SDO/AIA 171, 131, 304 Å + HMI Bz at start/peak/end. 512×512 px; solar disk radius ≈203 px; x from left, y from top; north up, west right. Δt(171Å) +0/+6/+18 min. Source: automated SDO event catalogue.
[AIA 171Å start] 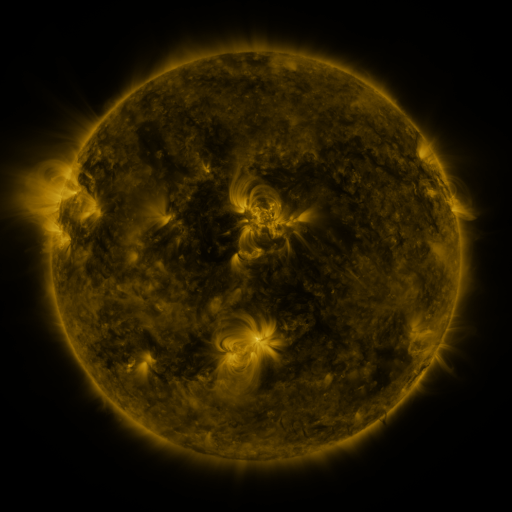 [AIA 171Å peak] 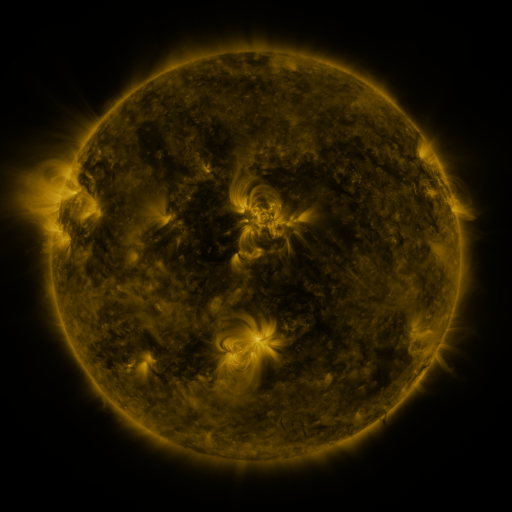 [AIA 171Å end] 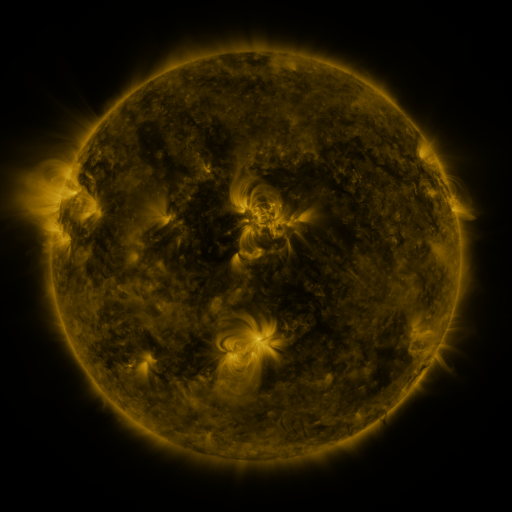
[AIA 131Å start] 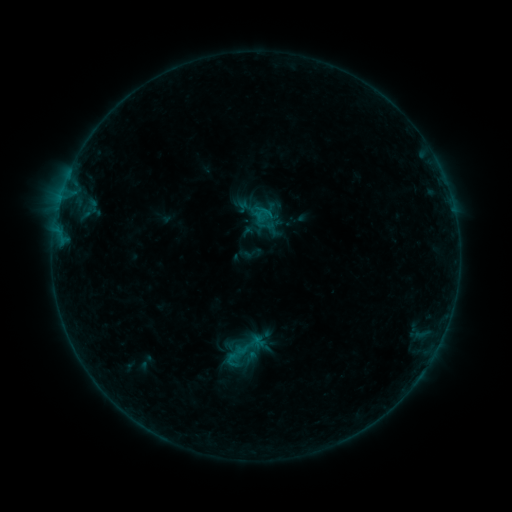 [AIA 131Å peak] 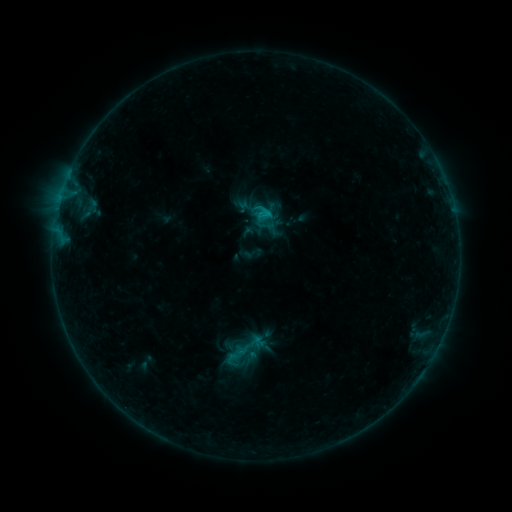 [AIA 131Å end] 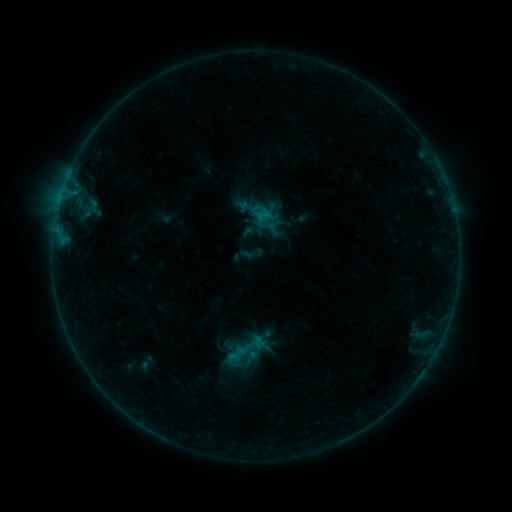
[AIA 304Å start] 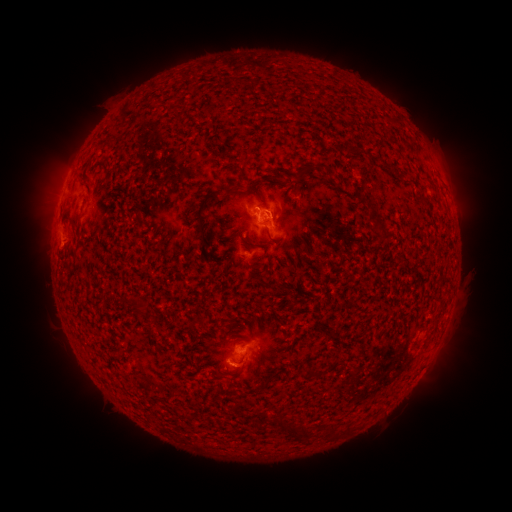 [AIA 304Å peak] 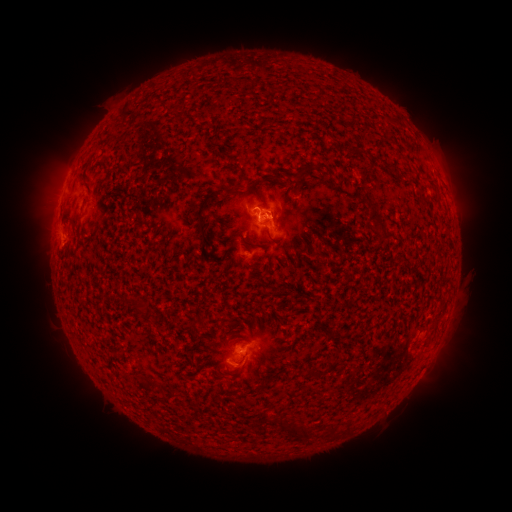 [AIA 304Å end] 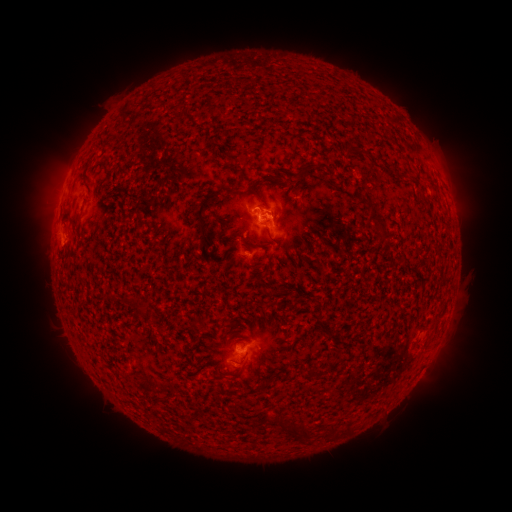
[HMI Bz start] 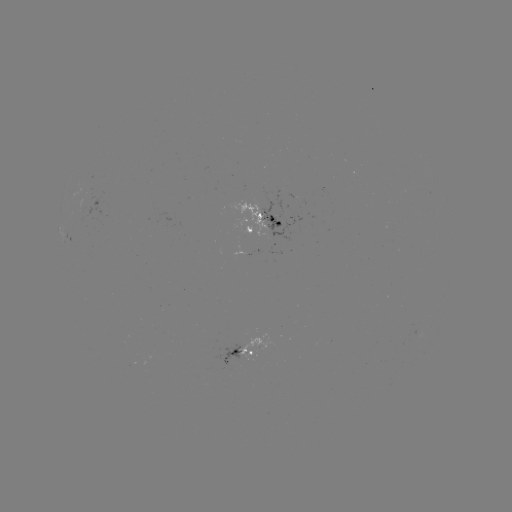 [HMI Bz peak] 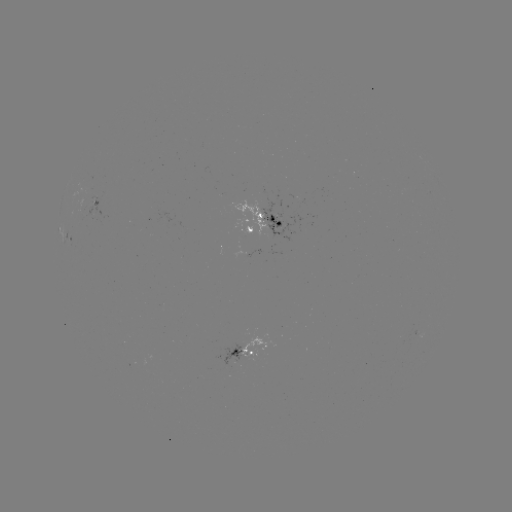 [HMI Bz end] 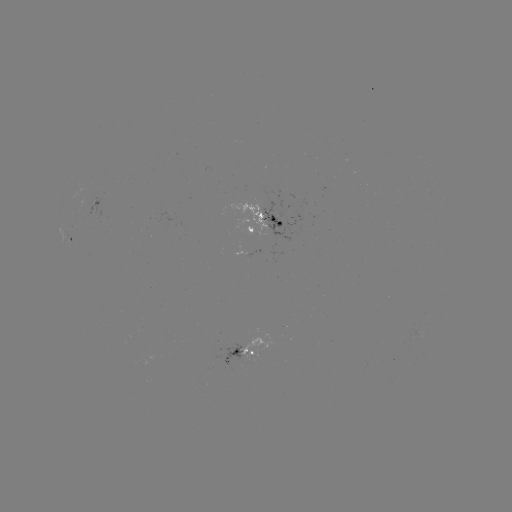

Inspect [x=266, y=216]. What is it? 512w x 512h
B6.7 flare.